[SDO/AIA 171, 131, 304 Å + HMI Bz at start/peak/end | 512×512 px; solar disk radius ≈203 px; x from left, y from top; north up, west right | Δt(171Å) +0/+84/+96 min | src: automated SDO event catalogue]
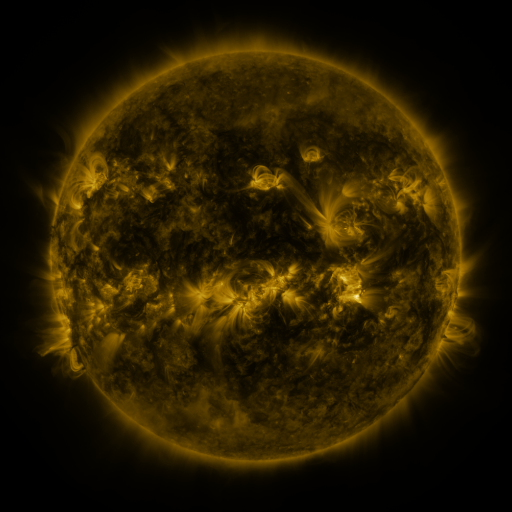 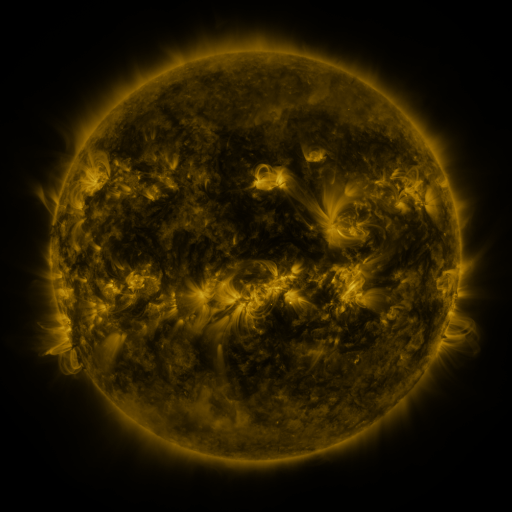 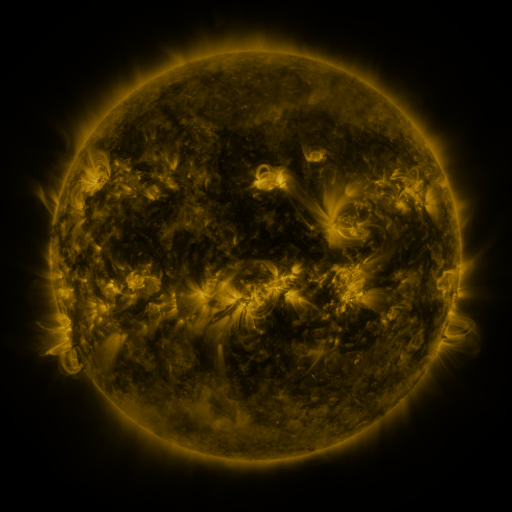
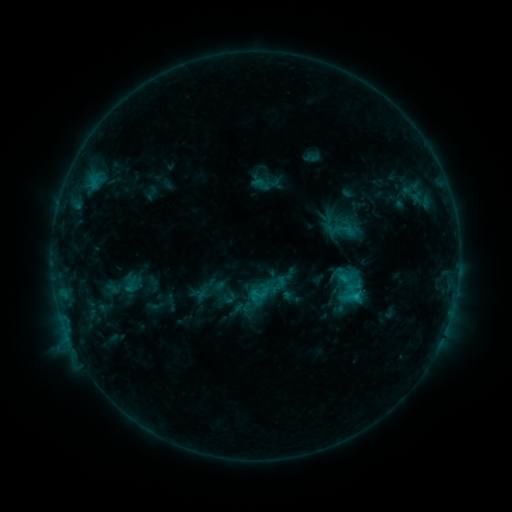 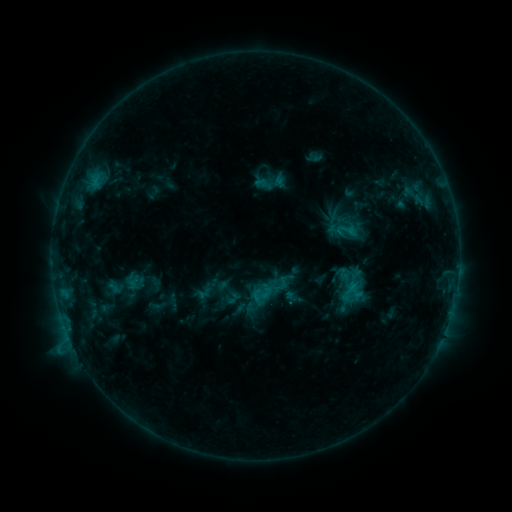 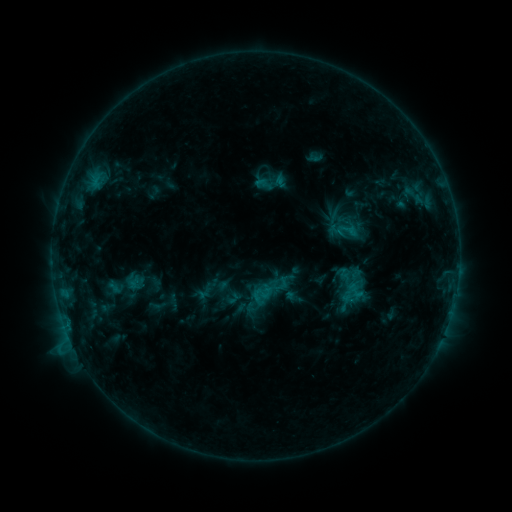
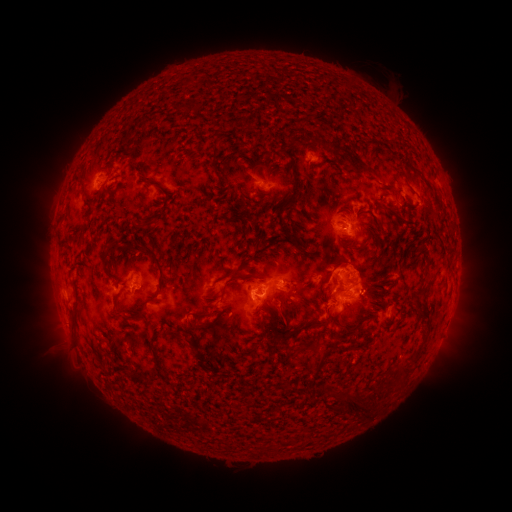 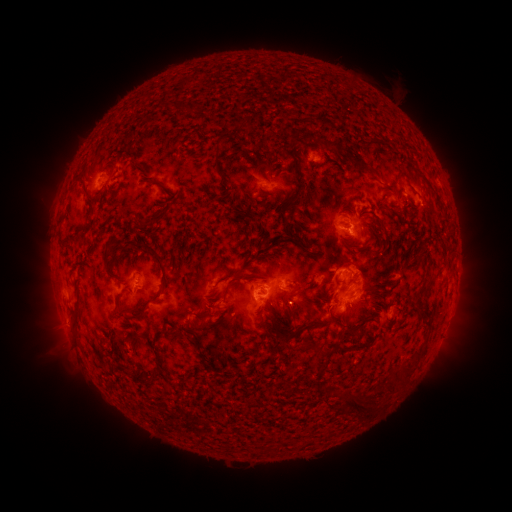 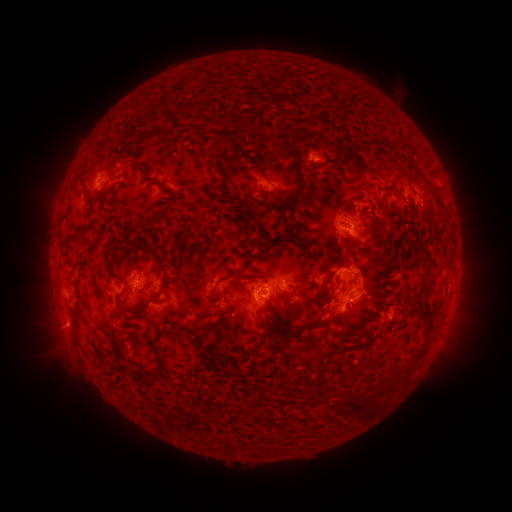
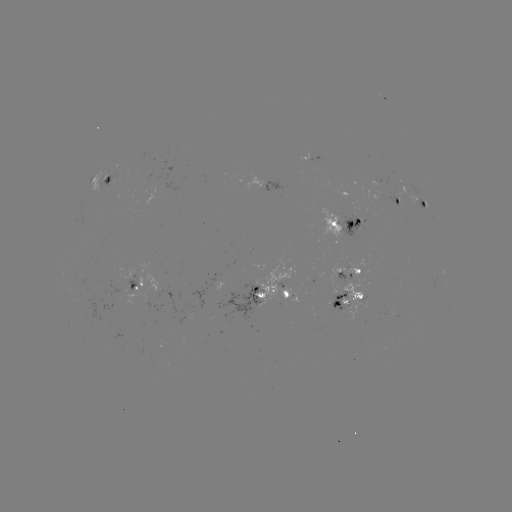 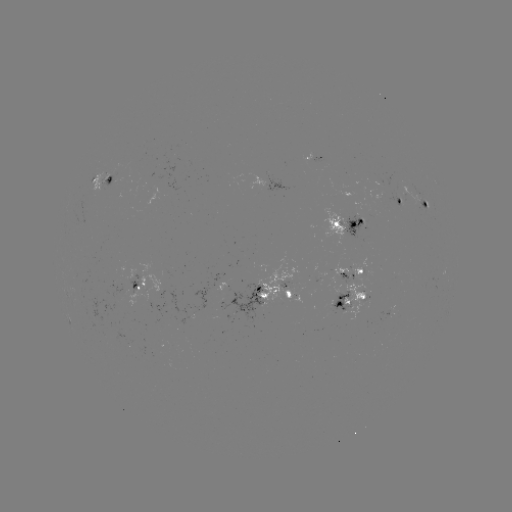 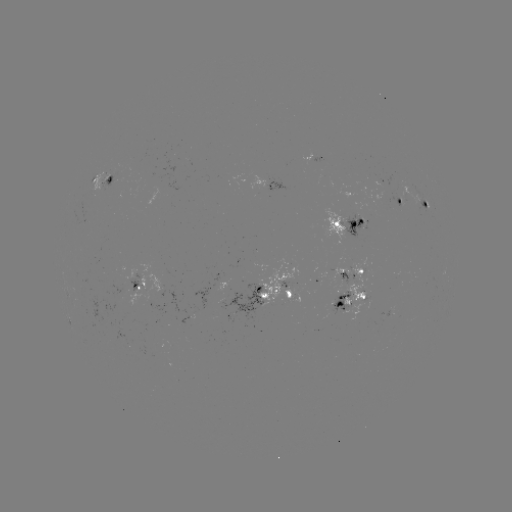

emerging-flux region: [319, 207, 346, 248]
